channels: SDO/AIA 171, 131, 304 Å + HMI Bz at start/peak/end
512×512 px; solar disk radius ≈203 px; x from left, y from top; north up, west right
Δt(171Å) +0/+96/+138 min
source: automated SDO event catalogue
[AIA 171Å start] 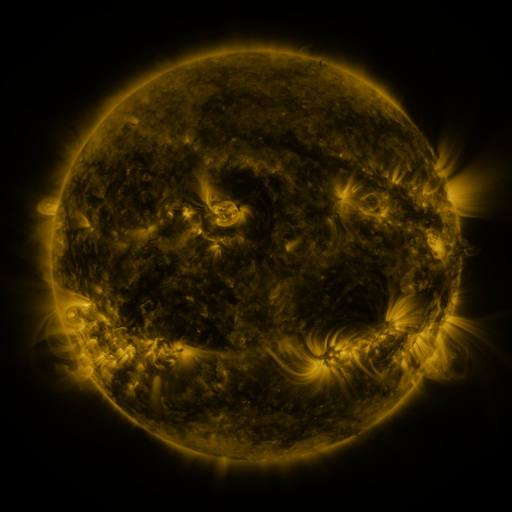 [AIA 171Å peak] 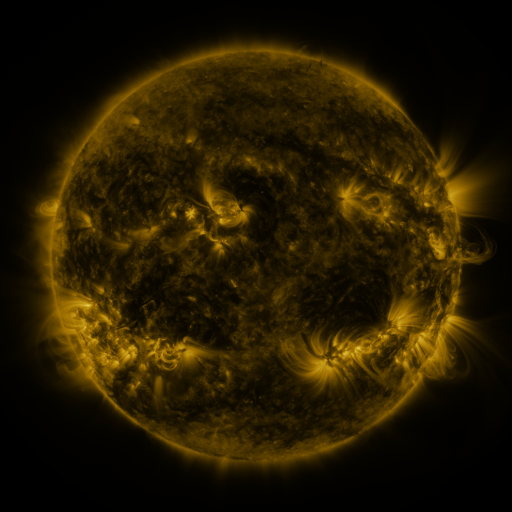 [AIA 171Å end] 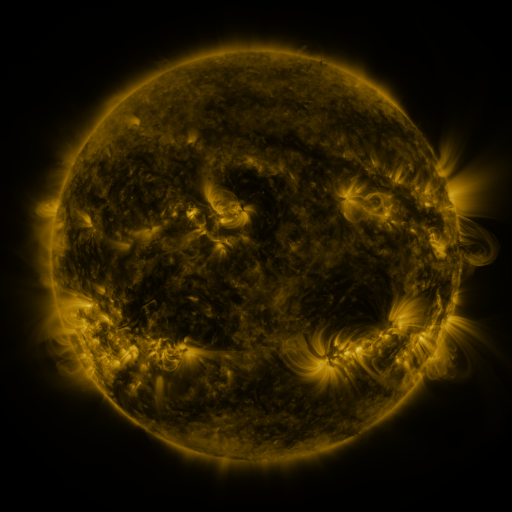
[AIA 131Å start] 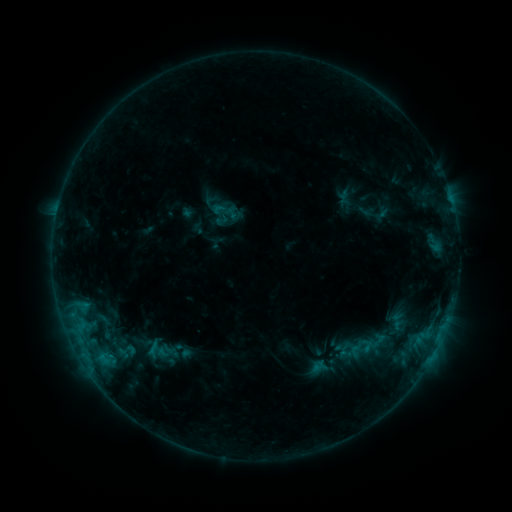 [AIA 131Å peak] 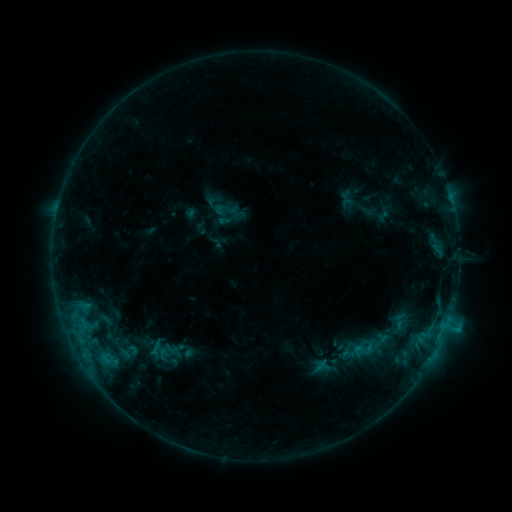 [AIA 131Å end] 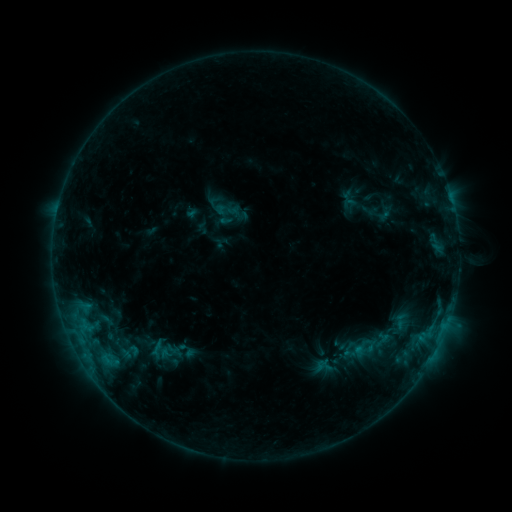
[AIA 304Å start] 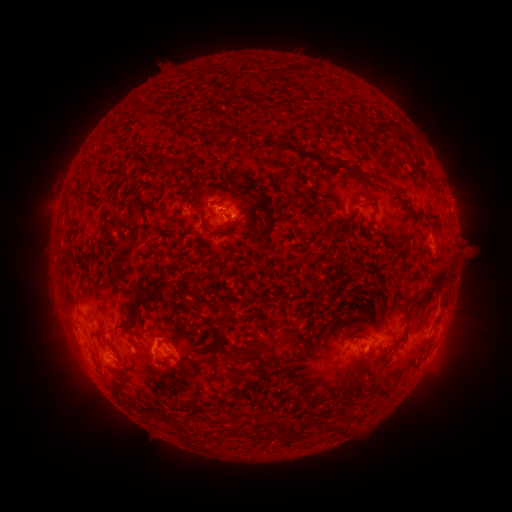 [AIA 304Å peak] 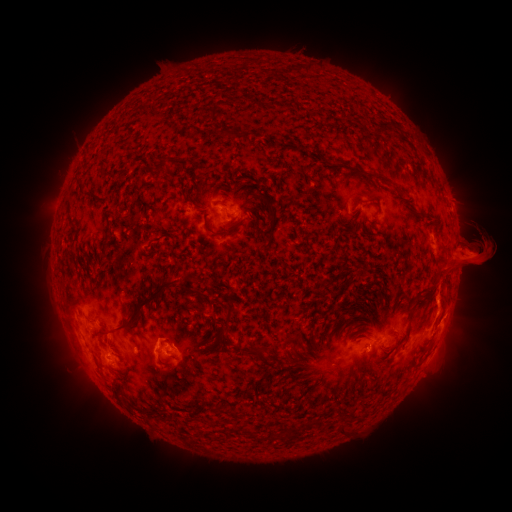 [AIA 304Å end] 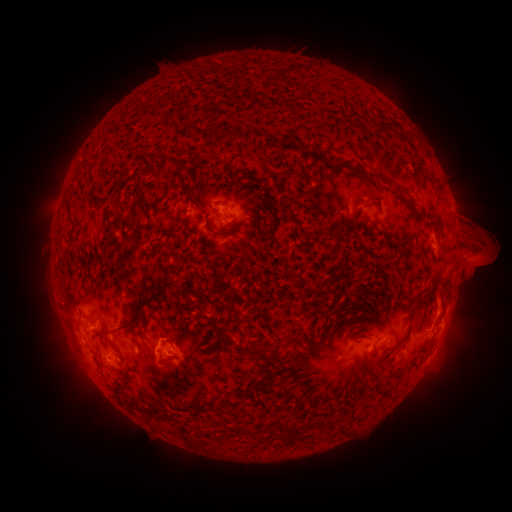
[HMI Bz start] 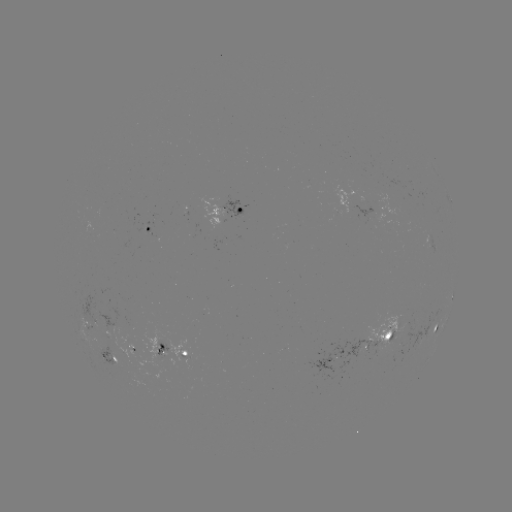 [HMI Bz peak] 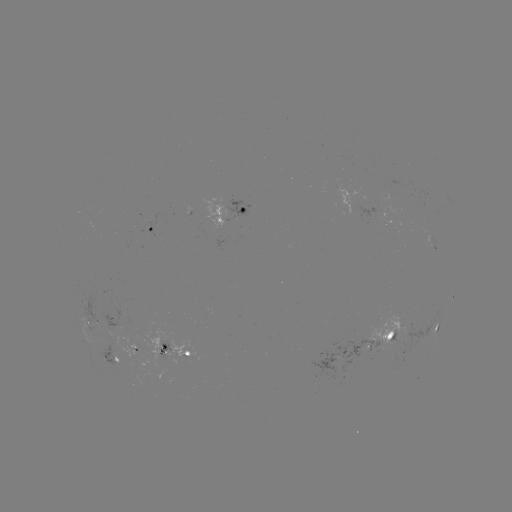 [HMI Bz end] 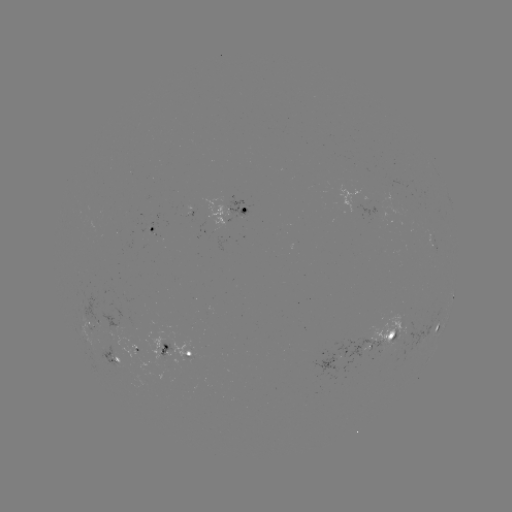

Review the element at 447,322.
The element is C1.2 flare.